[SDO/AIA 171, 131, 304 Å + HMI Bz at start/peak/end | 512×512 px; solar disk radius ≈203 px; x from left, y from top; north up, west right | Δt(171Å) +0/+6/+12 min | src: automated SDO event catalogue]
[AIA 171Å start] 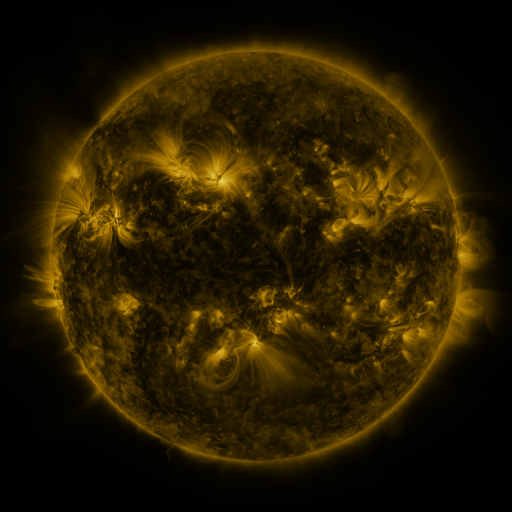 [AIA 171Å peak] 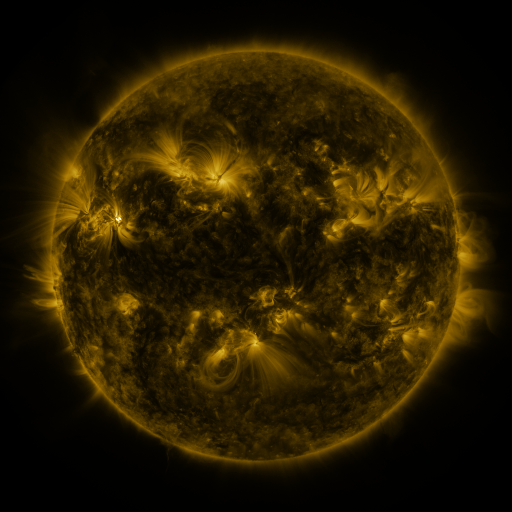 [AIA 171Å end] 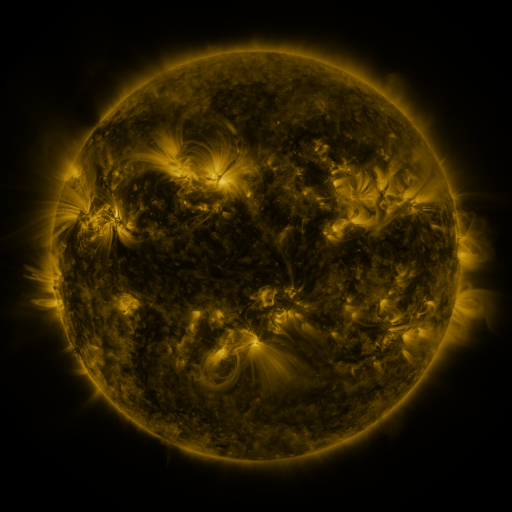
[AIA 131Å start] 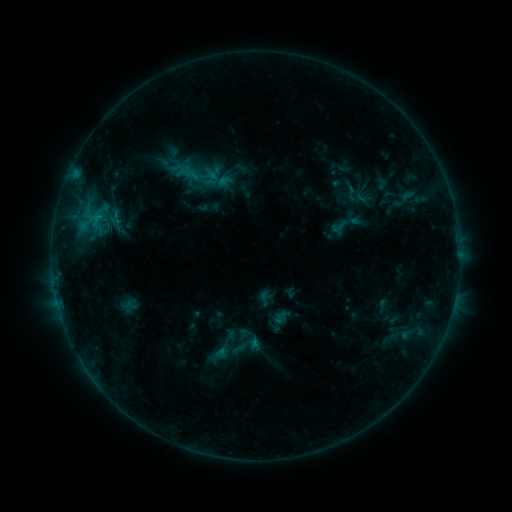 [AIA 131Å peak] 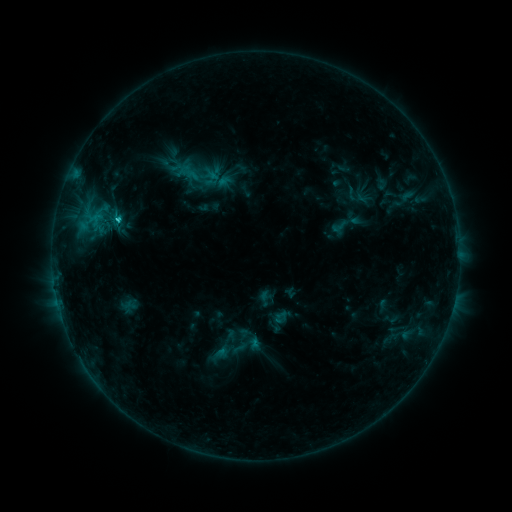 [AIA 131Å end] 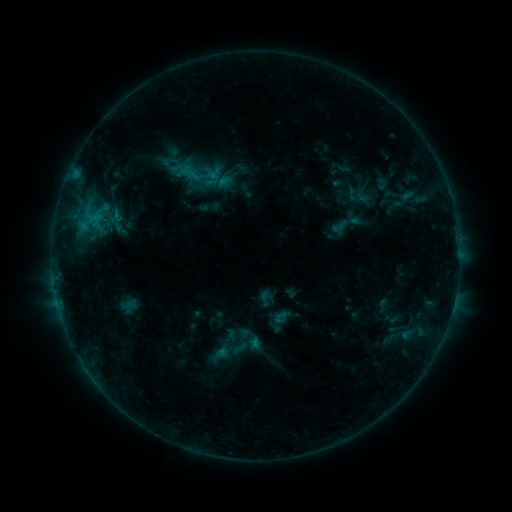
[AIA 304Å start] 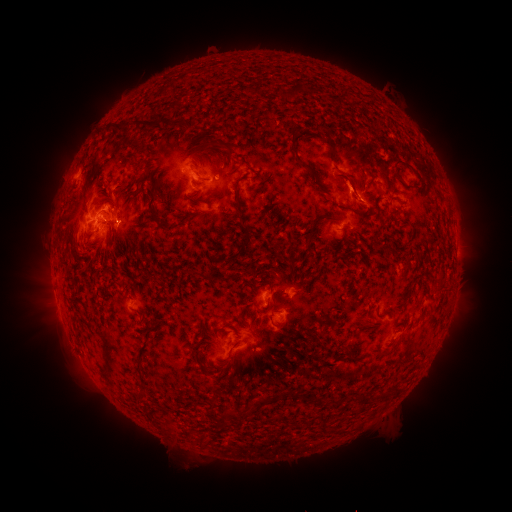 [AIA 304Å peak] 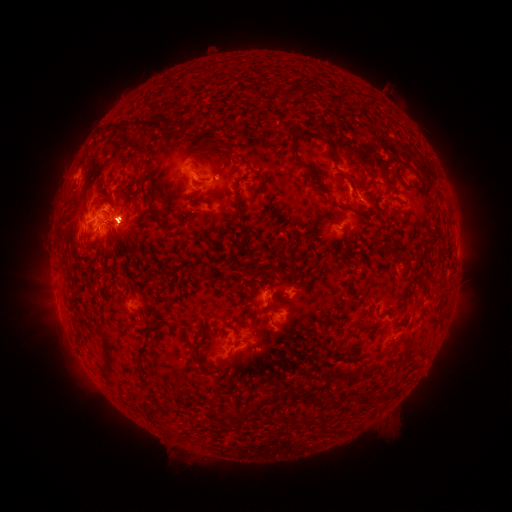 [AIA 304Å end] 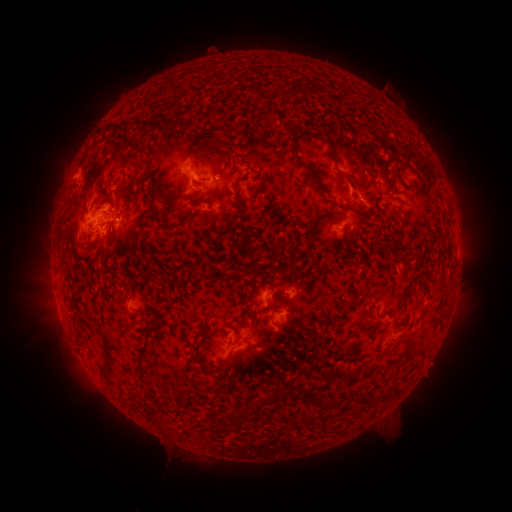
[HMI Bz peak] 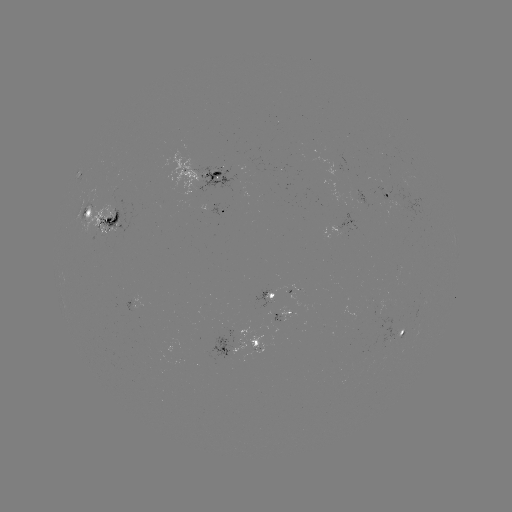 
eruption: (21, 271, 118, 410)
